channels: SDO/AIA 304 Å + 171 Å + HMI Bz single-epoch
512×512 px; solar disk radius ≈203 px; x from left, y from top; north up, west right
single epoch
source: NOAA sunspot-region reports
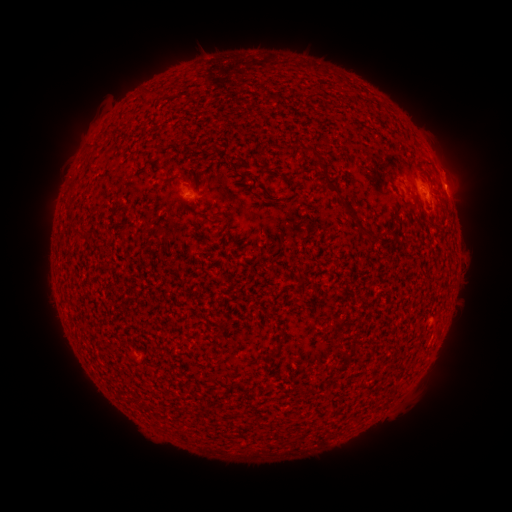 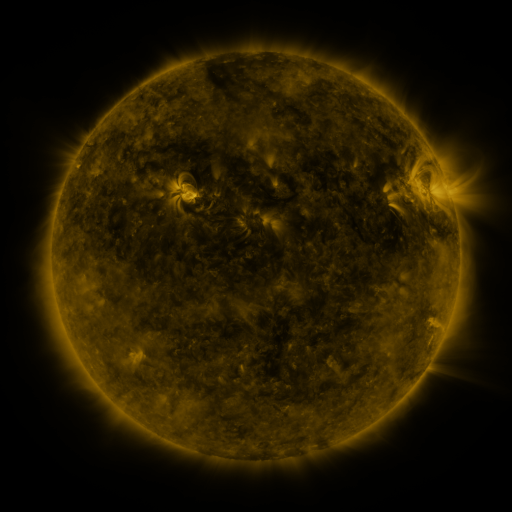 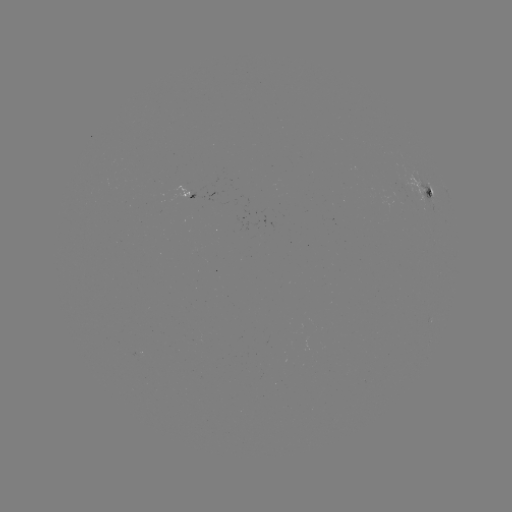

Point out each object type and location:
spotted active region: (444, 185)
spotted active region: (428, 192)
spotted active region: (189, 193)
